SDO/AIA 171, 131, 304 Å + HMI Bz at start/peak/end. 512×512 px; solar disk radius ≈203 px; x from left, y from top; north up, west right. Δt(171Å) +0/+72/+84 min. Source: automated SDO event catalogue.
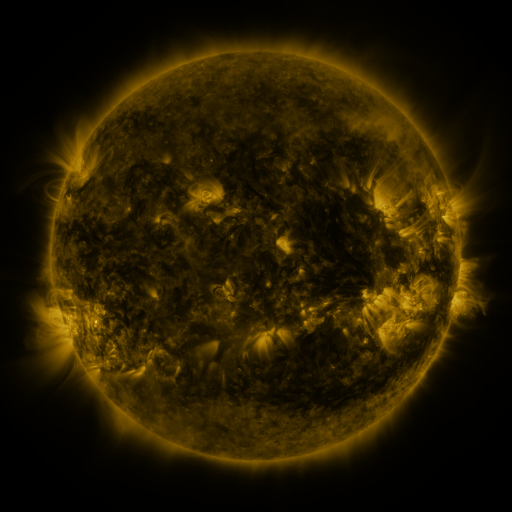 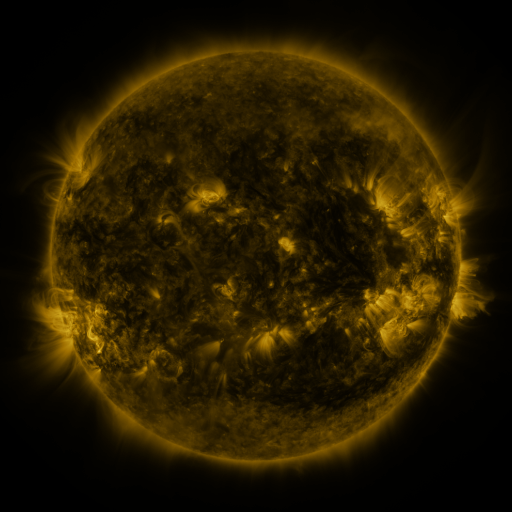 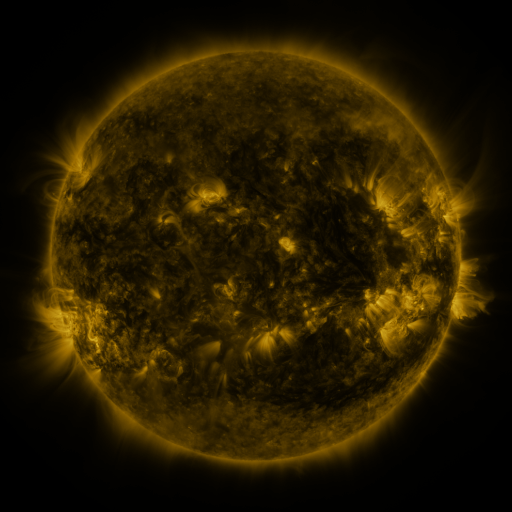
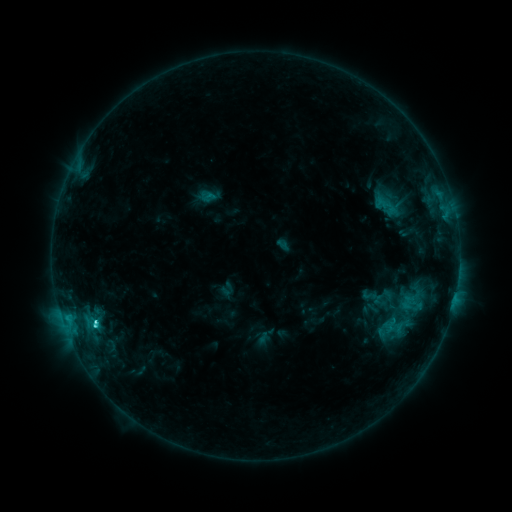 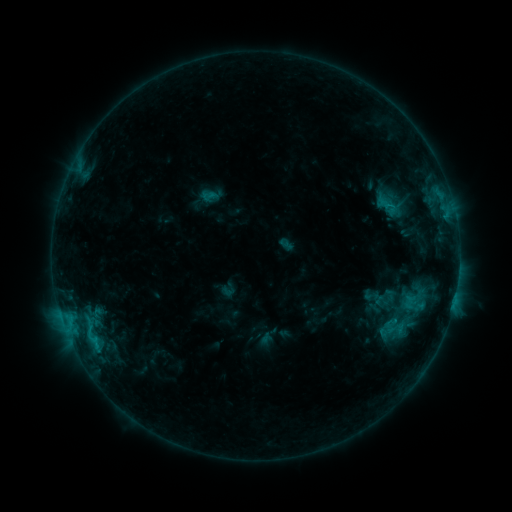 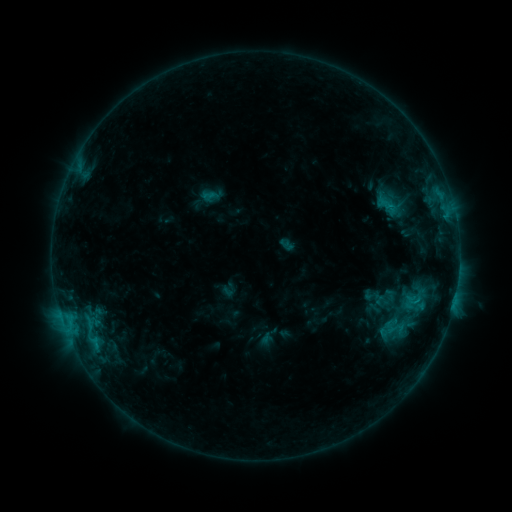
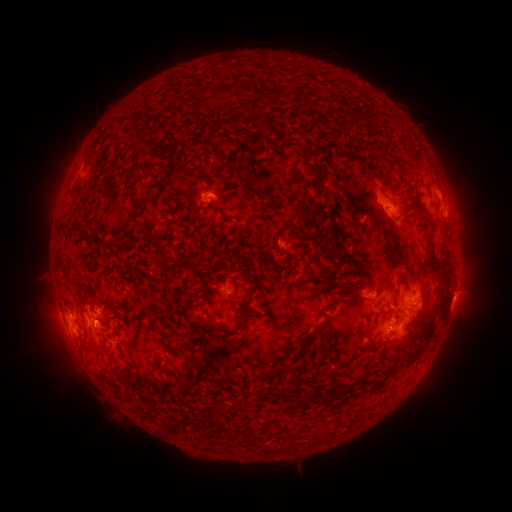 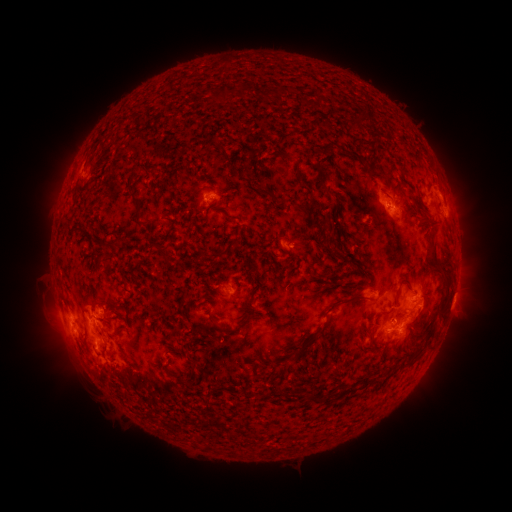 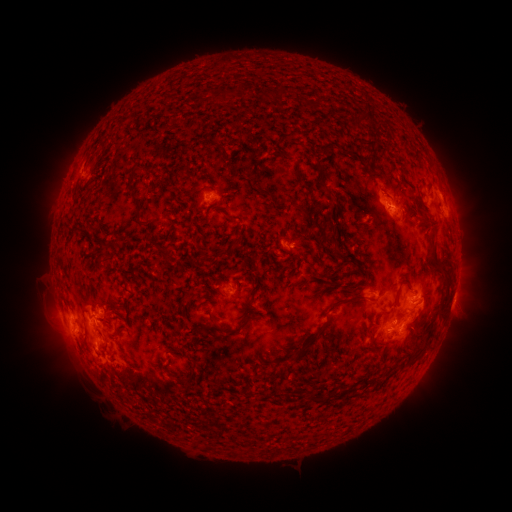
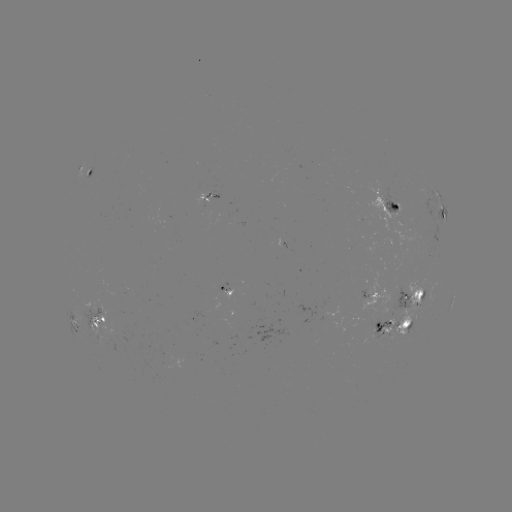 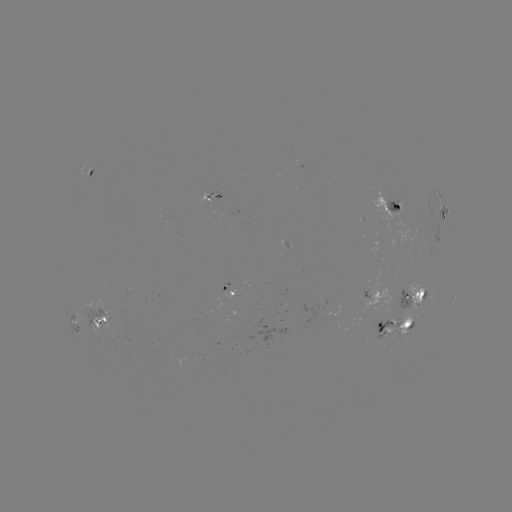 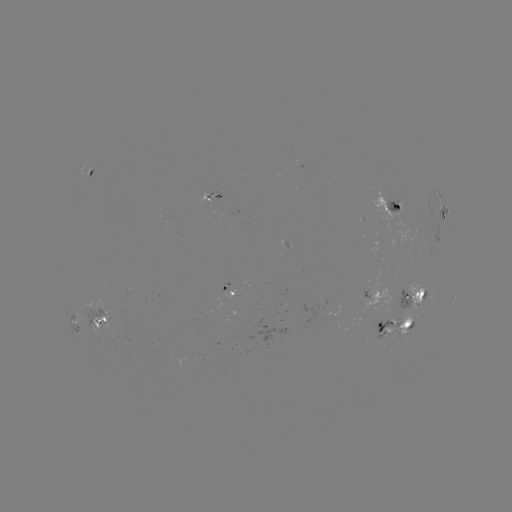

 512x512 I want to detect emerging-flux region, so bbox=[375, 317, 392, 339].